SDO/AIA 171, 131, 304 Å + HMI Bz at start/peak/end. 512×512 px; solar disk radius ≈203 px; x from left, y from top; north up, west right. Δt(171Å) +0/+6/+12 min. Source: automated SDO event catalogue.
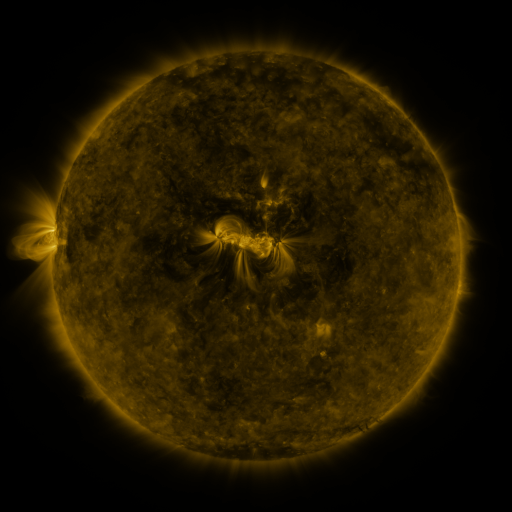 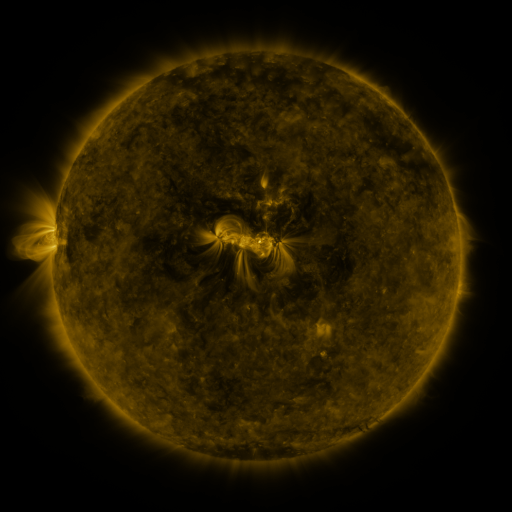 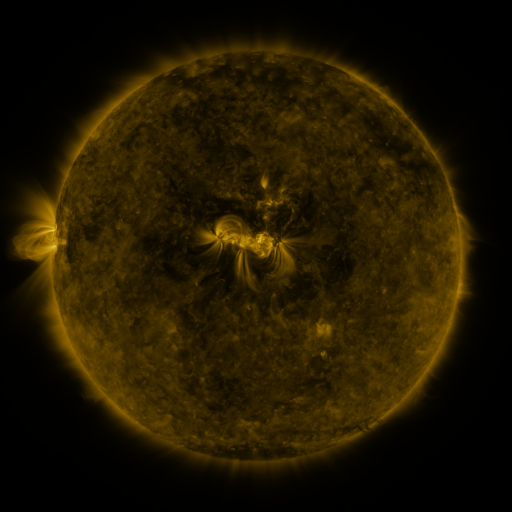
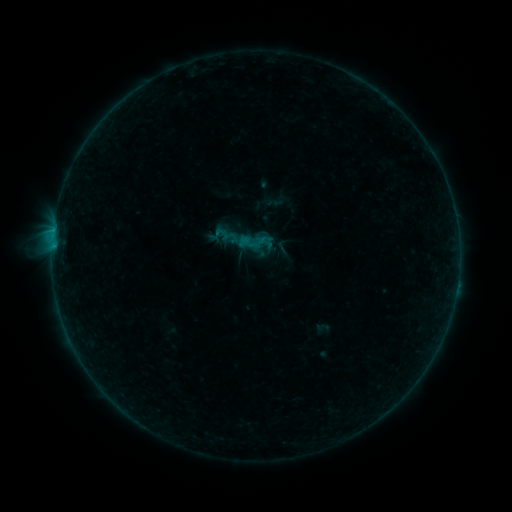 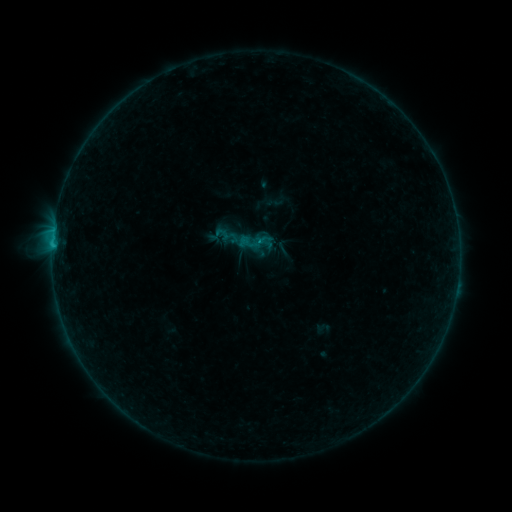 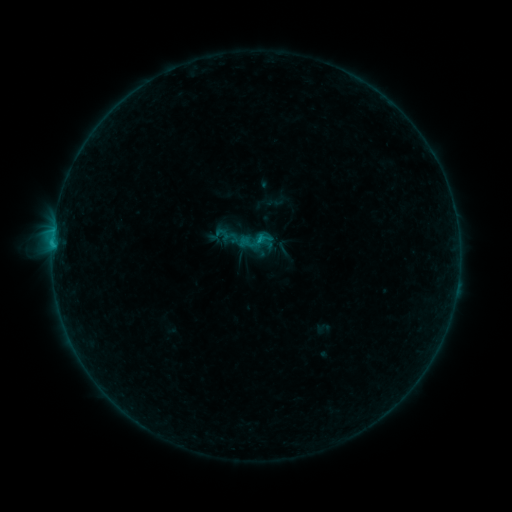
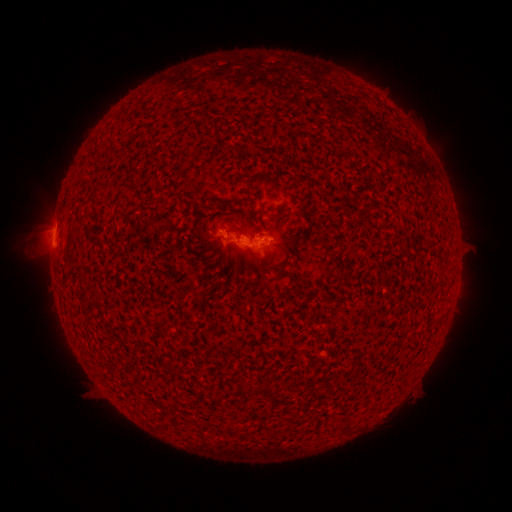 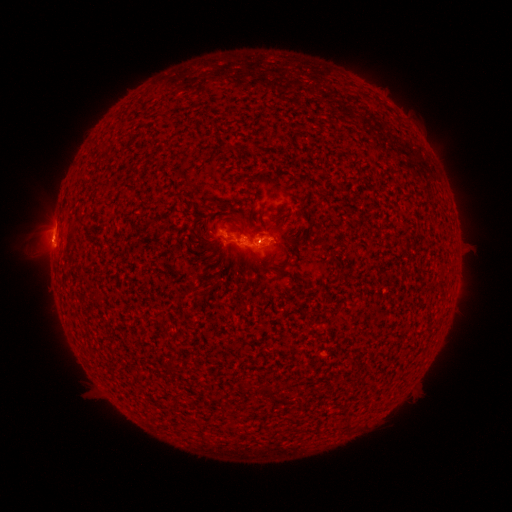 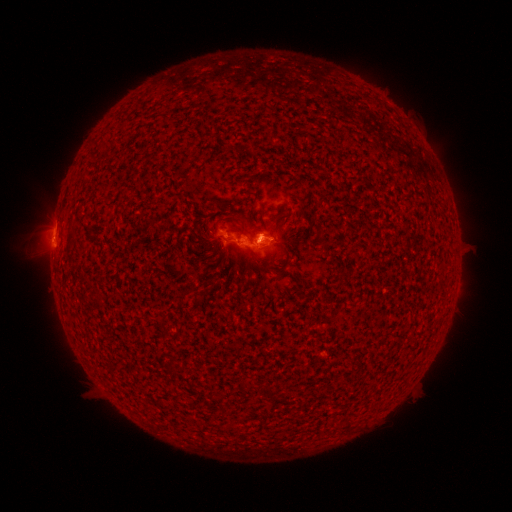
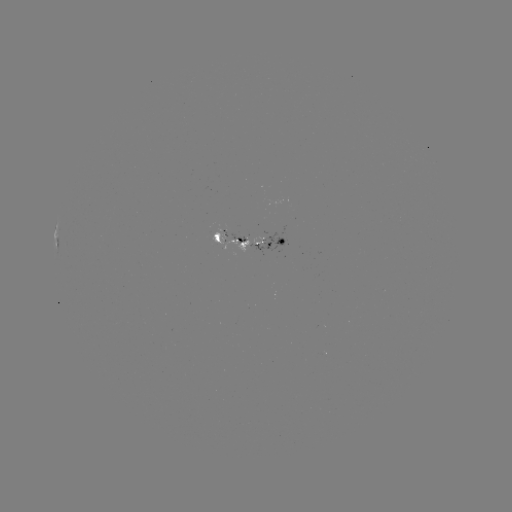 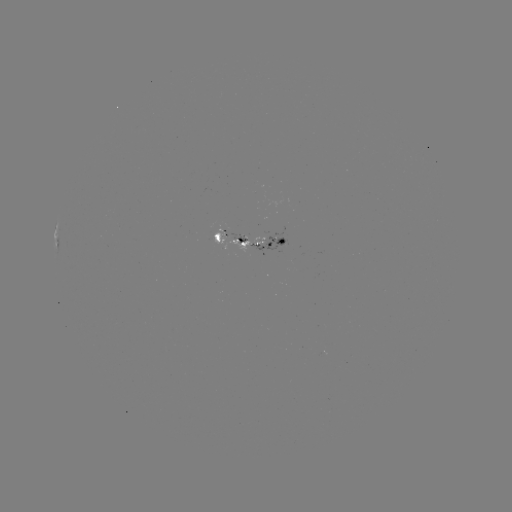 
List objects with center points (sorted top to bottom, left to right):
B6.1 flare: (53, 245)
